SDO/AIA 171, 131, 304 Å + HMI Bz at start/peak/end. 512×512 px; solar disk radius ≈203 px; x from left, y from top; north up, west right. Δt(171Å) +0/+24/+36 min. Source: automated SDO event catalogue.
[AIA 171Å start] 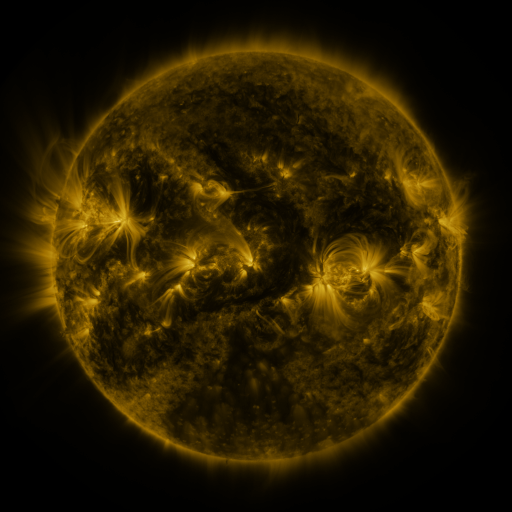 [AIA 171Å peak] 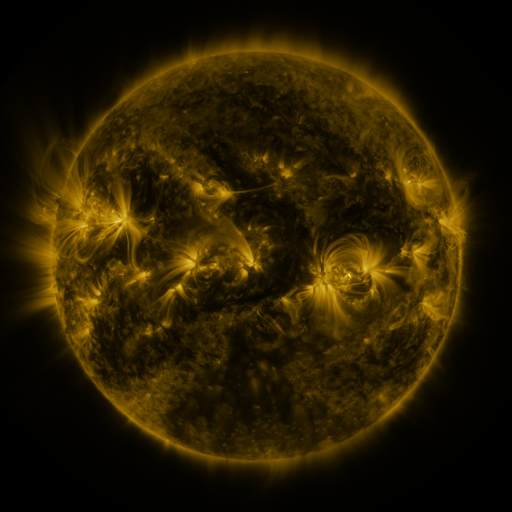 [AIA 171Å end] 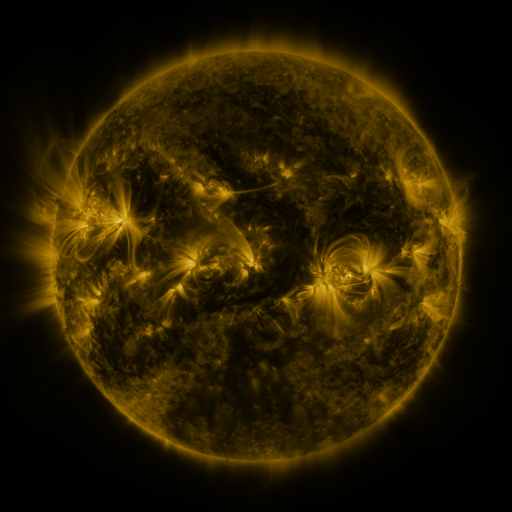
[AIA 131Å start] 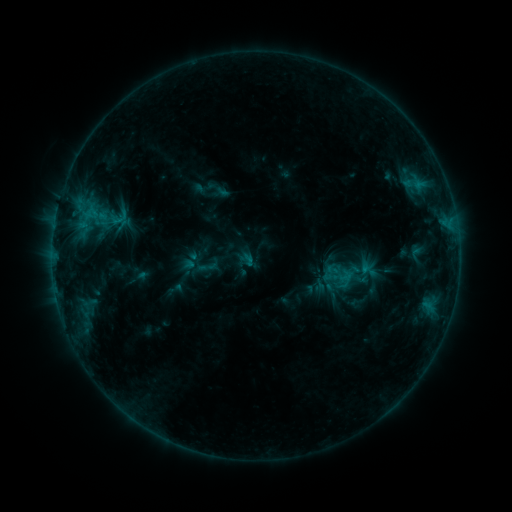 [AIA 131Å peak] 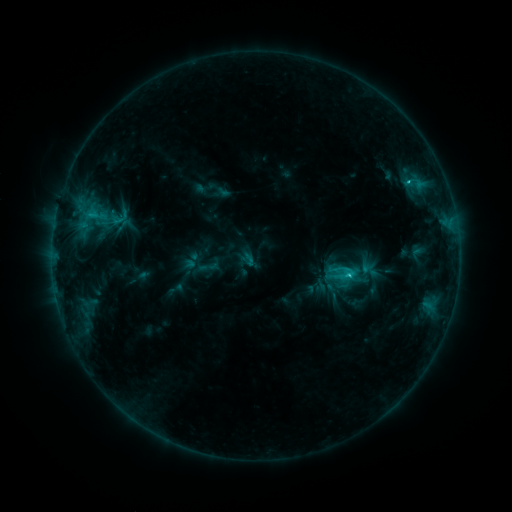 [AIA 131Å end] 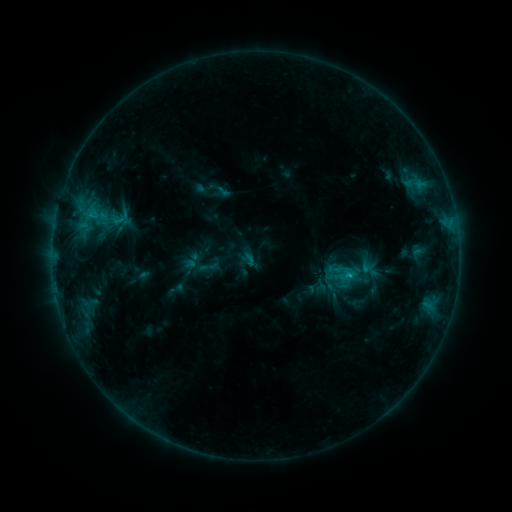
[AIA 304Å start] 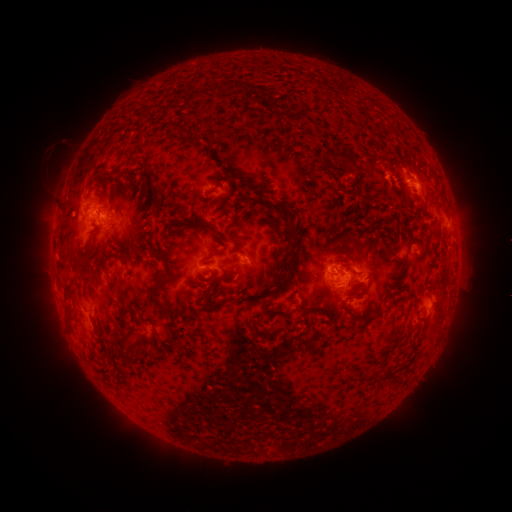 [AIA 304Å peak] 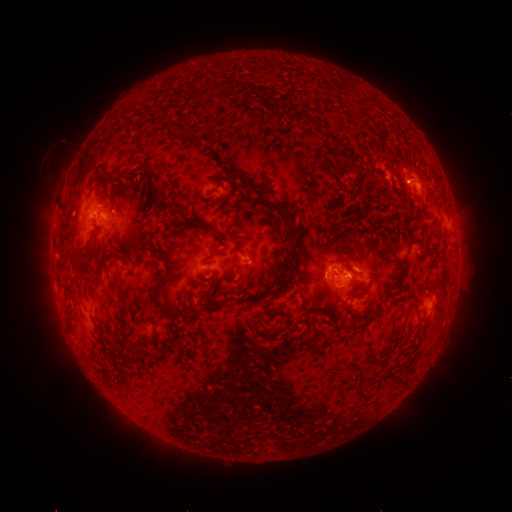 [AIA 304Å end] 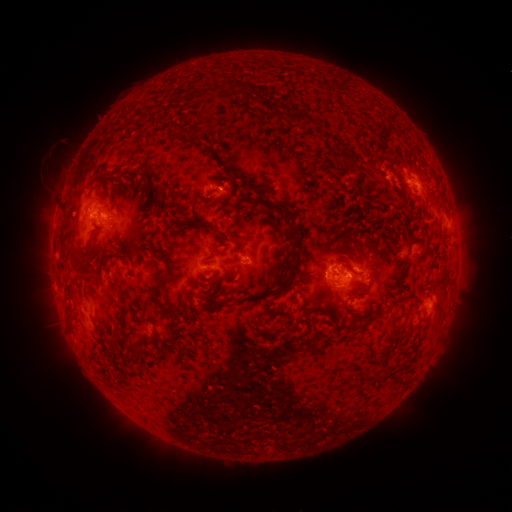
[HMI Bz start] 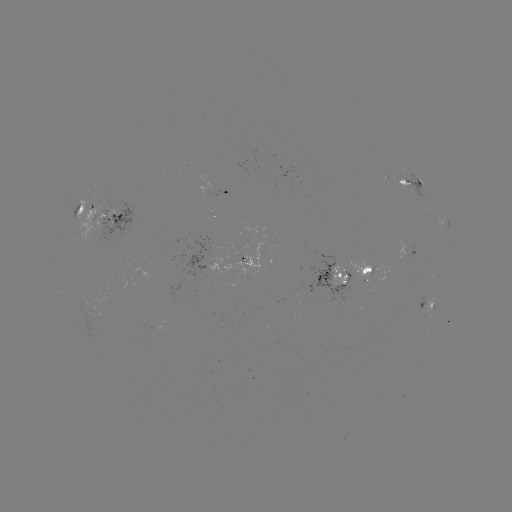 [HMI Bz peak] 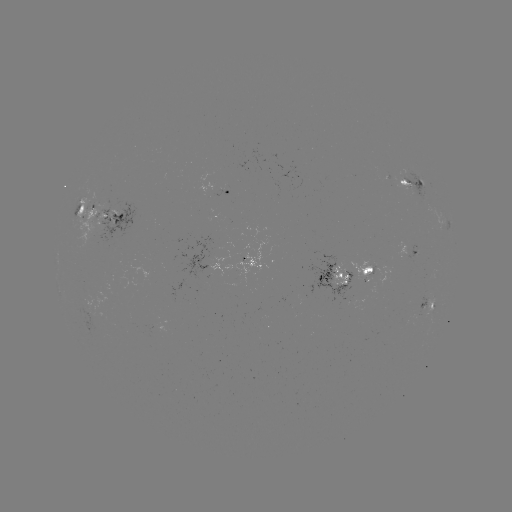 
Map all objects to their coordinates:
C2.0 flare: (347, 272)
